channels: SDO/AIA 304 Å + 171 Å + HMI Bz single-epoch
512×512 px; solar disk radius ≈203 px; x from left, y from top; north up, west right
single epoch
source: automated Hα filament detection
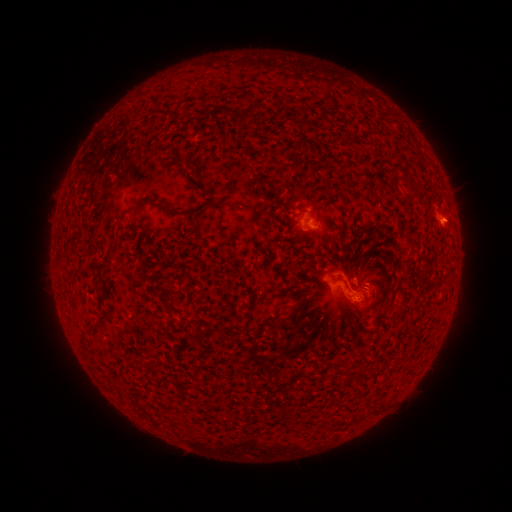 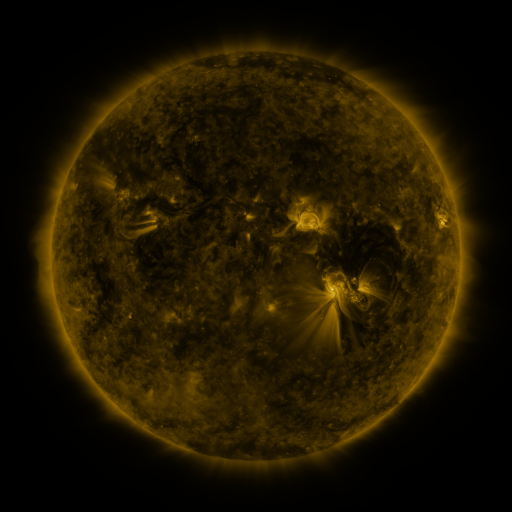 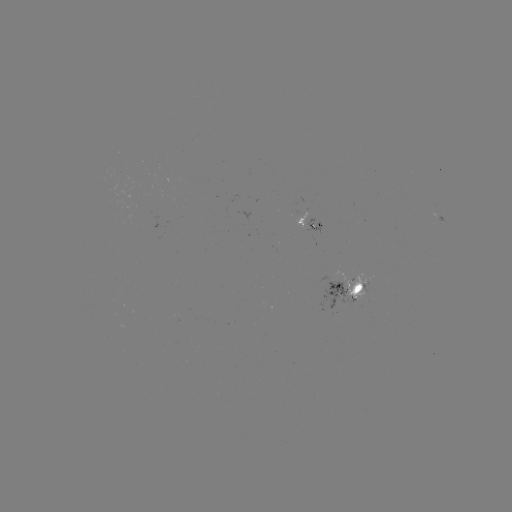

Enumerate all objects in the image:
filament: (243, 114)
filament: (179, 214)
filament: (166, 301)
filament: (92, 329)
filament: (83, 341)
filament: (139, 363)
filament: (352, 376)
